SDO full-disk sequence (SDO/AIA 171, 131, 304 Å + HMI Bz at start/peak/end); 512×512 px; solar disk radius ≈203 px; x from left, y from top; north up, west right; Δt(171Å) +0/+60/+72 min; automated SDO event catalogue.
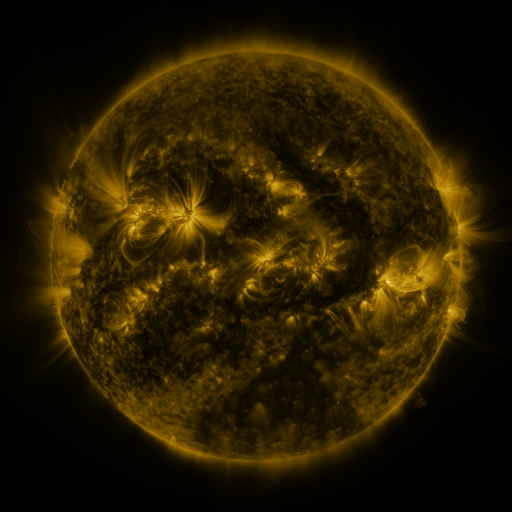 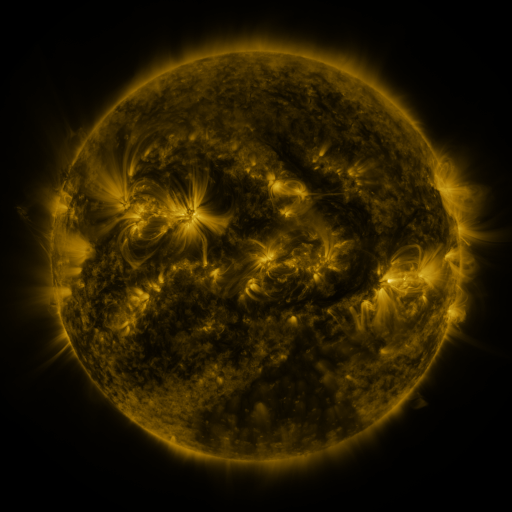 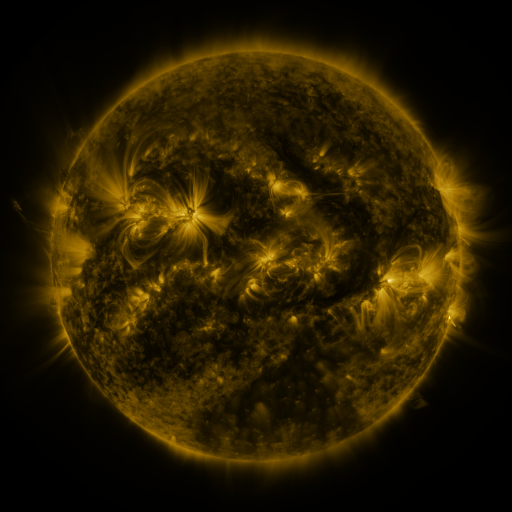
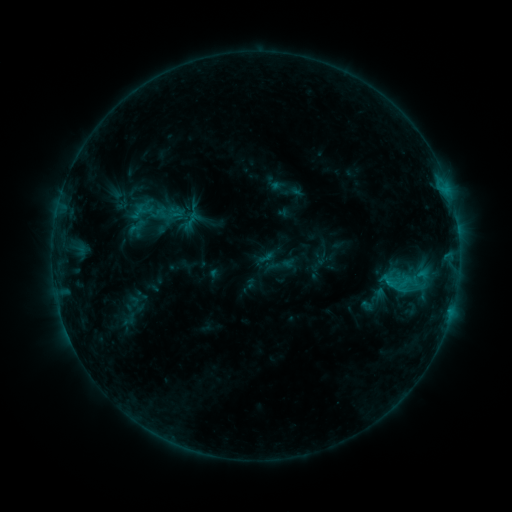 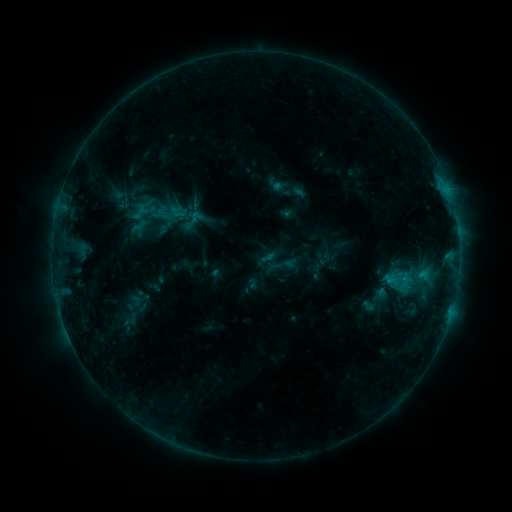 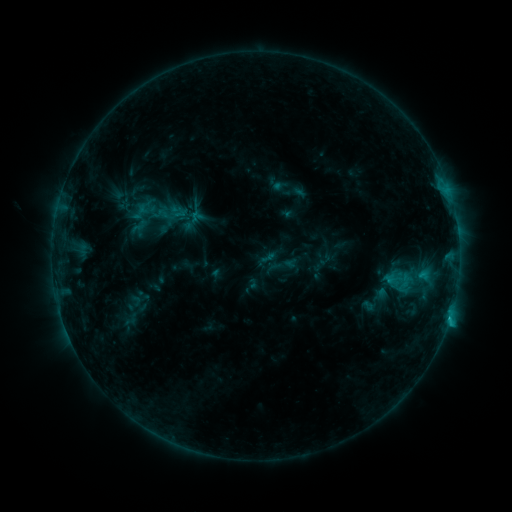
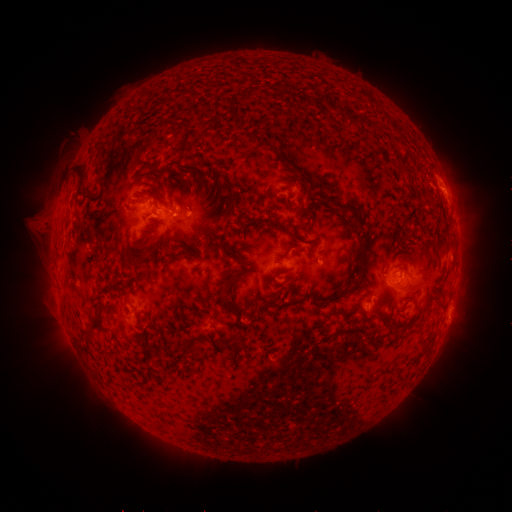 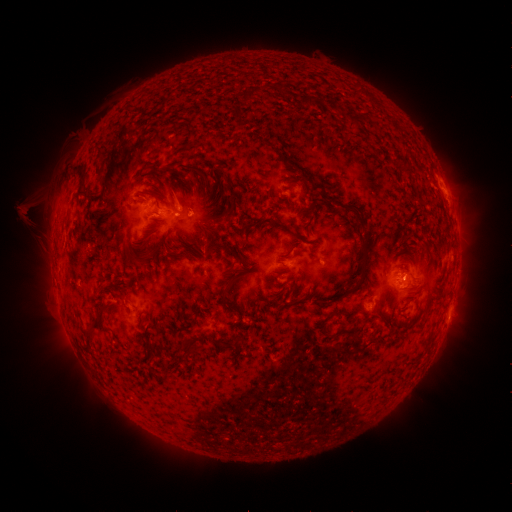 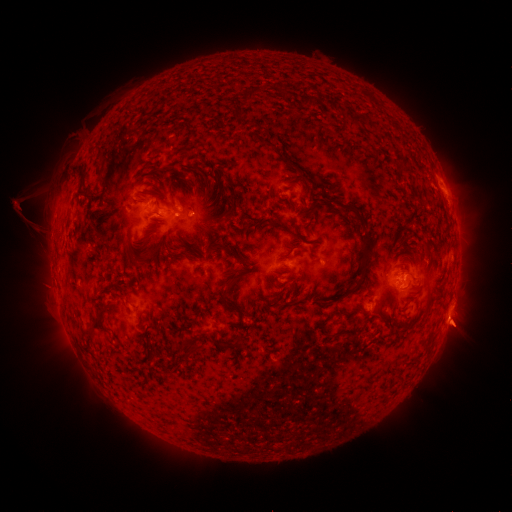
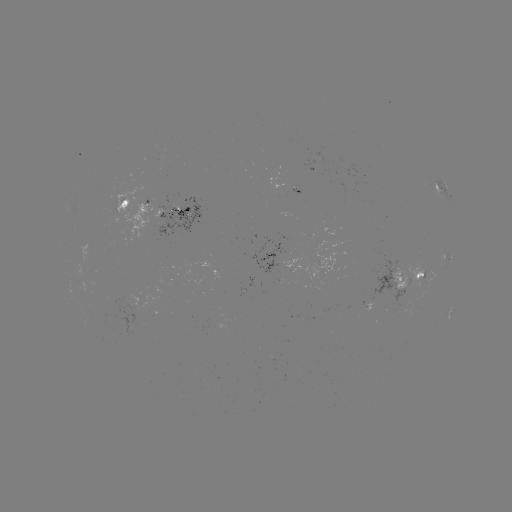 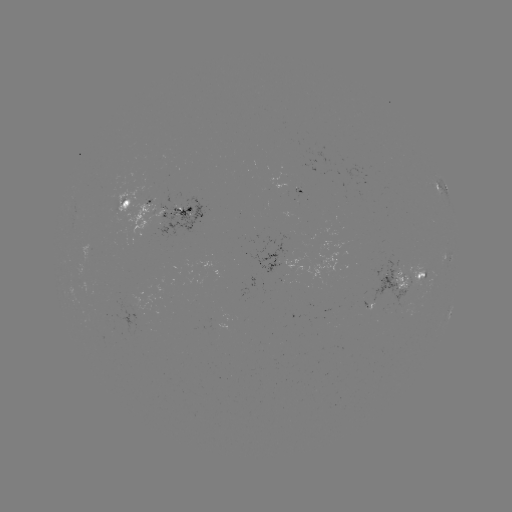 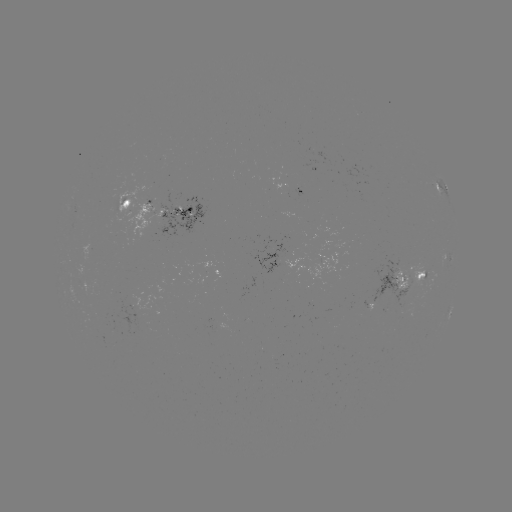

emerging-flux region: (166, 198, 180, 211)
